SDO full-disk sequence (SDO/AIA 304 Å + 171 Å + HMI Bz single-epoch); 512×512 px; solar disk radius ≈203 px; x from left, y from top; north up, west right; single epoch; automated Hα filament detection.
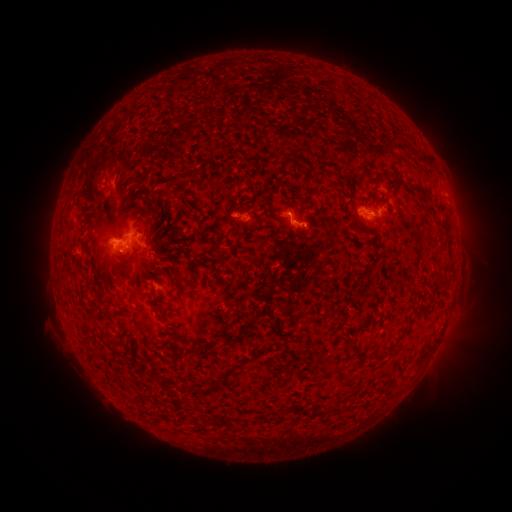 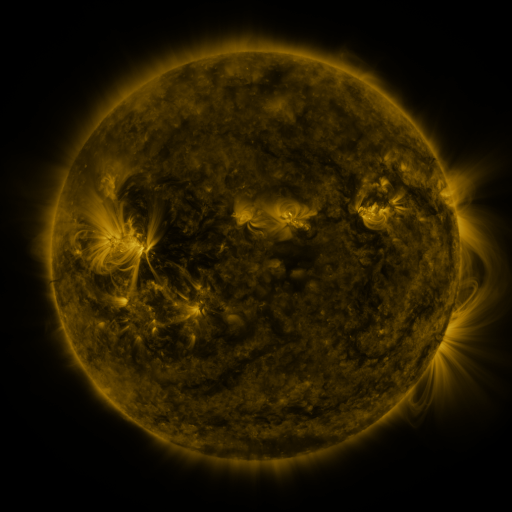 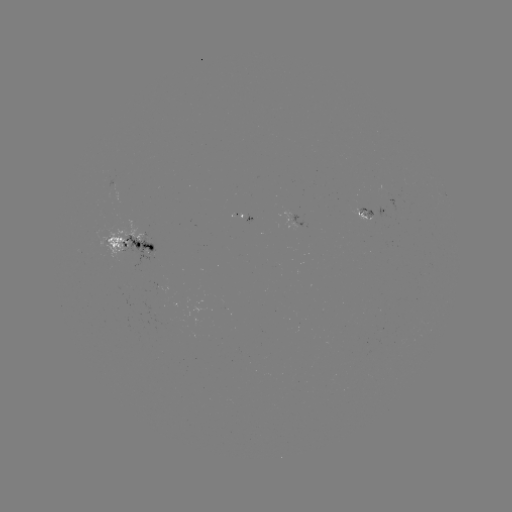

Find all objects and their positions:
filament: [393, 173, 401, 184]
filament: [409, 185, 430, 200]
filament: [215, 250, 223, 261]
filament: [111, 262, 122, 278]
filament: [205, 336, 219, 351]
filament: [189, 386, 201, 394]
